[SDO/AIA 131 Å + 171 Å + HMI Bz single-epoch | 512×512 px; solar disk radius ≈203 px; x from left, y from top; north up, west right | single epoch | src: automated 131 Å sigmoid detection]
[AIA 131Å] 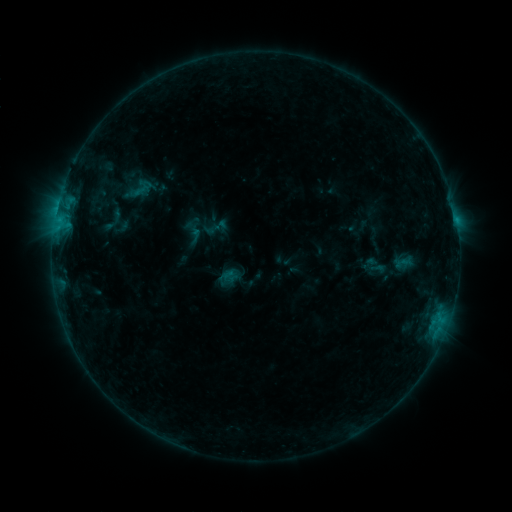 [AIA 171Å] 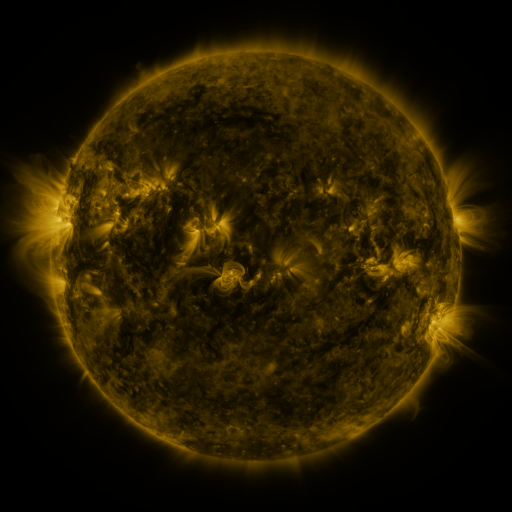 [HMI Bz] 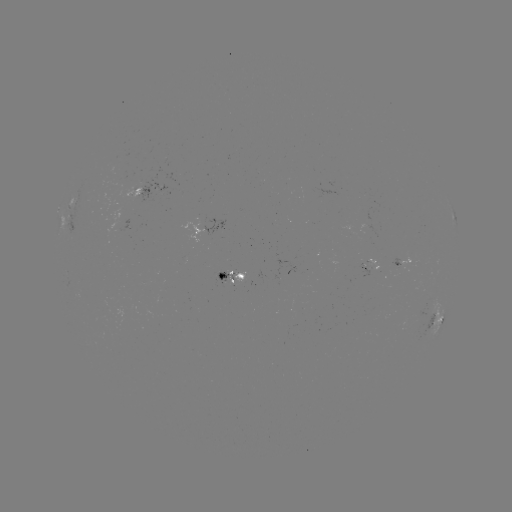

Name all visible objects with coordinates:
sigmoid: (367, 258, 385, 279)
